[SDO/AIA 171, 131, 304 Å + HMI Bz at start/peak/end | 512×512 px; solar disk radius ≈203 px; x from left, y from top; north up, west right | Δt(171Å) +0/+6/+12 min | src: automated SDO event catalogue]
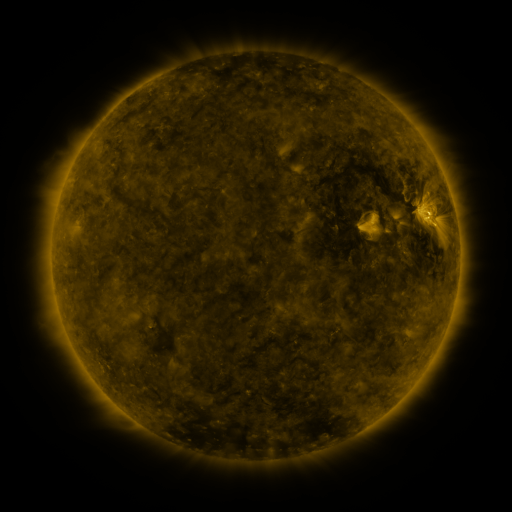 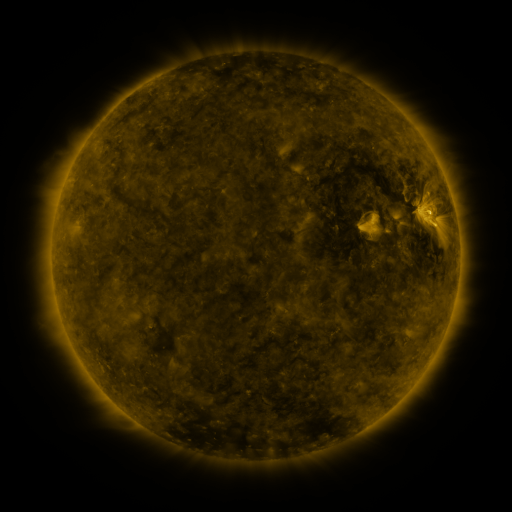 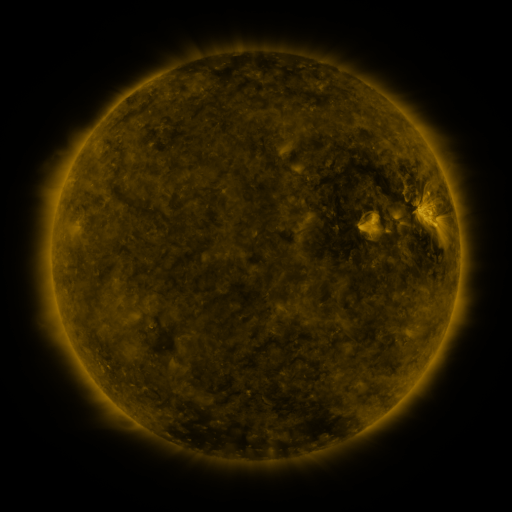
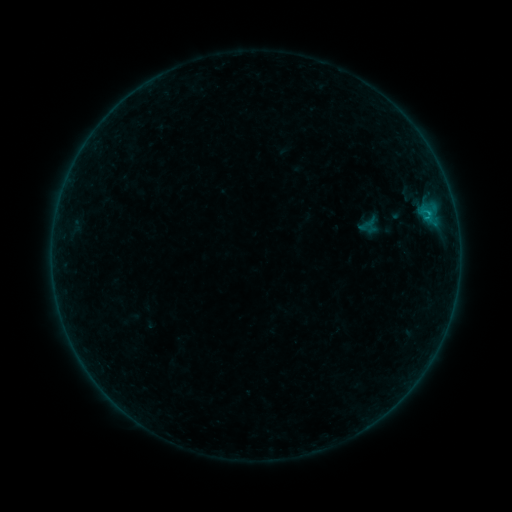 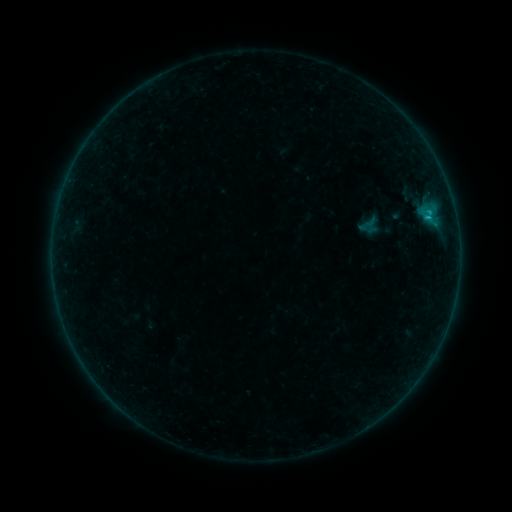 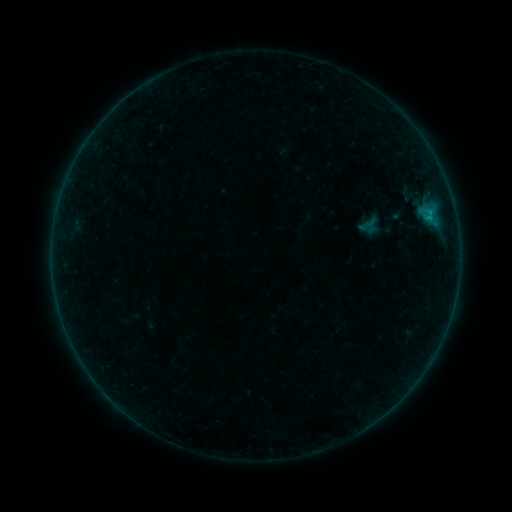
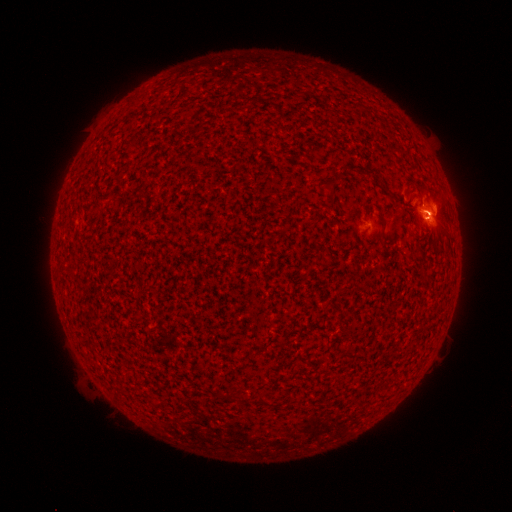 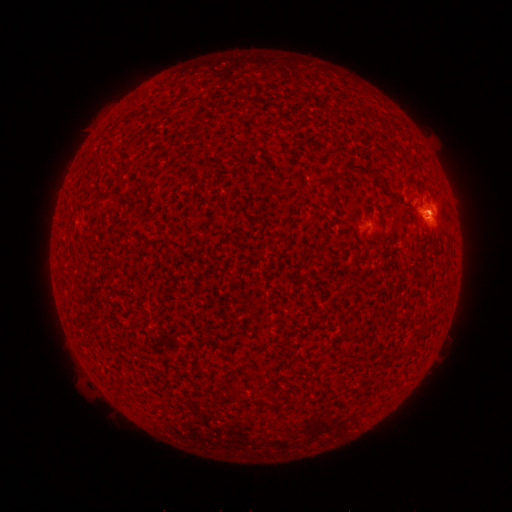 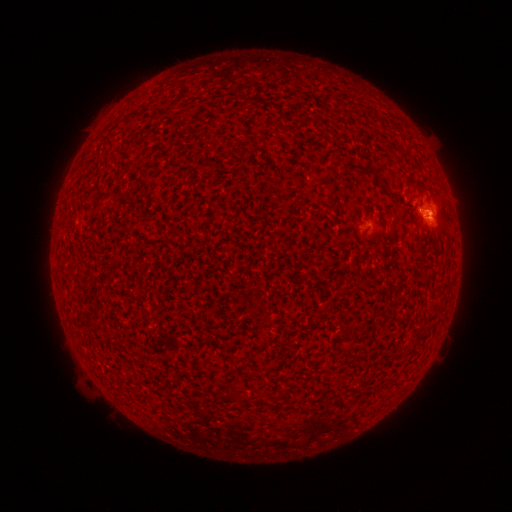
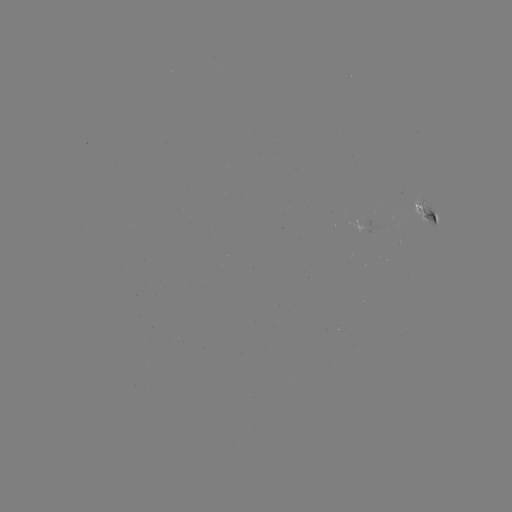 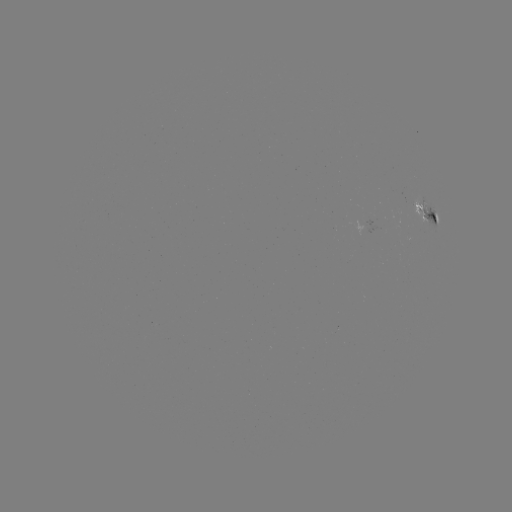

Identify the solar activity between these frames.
B3.6 flare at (427, 218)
